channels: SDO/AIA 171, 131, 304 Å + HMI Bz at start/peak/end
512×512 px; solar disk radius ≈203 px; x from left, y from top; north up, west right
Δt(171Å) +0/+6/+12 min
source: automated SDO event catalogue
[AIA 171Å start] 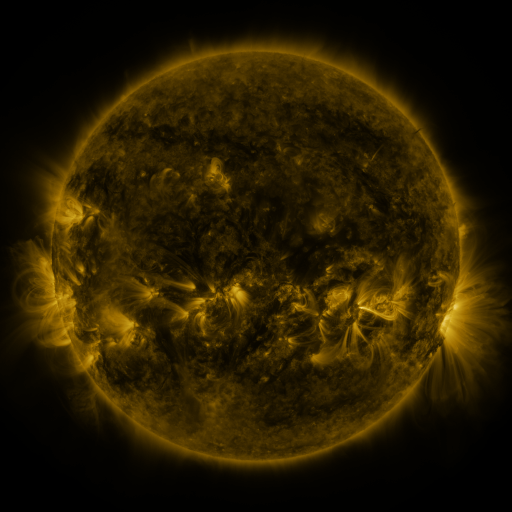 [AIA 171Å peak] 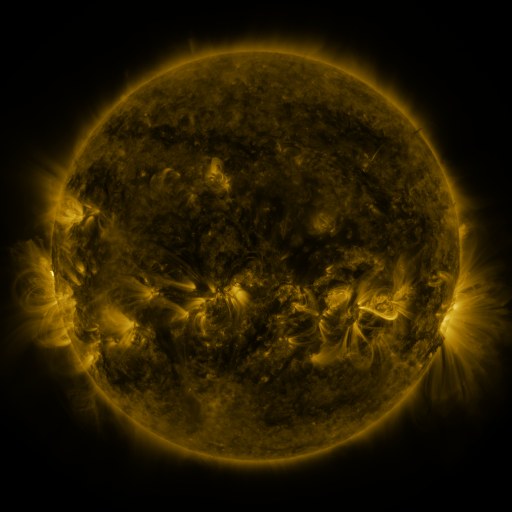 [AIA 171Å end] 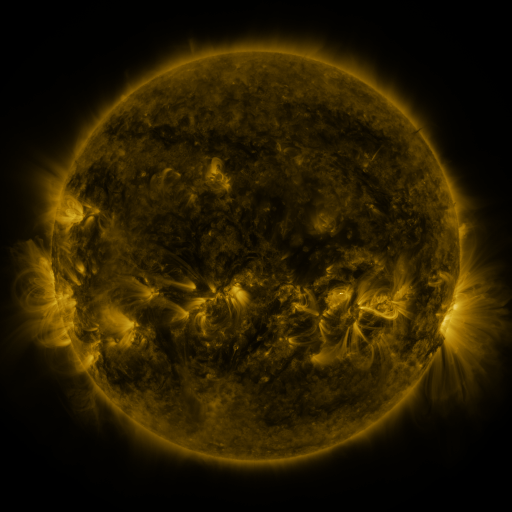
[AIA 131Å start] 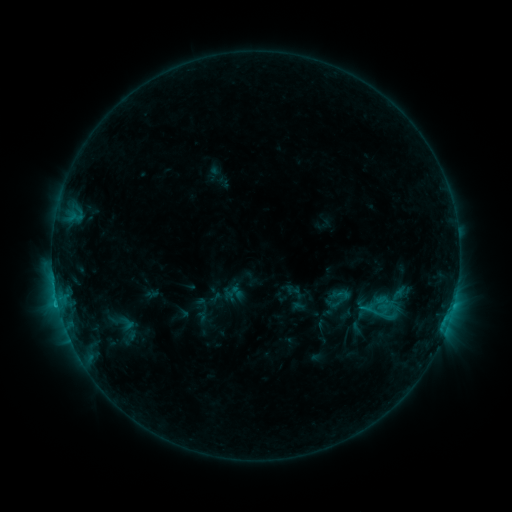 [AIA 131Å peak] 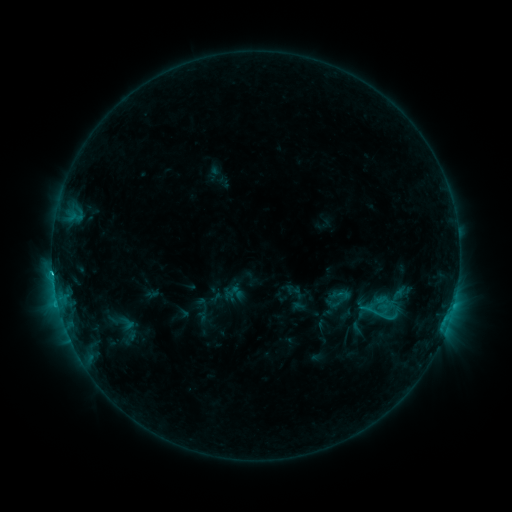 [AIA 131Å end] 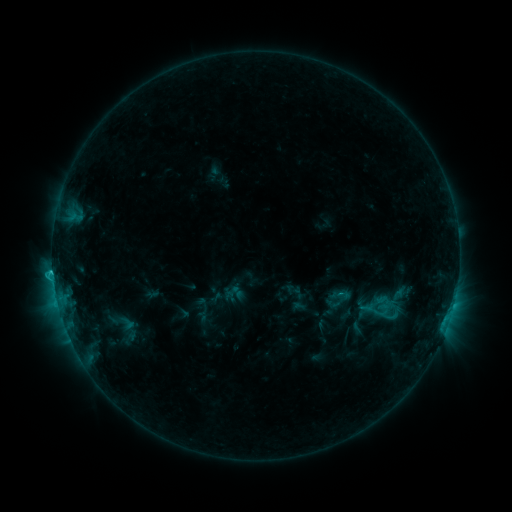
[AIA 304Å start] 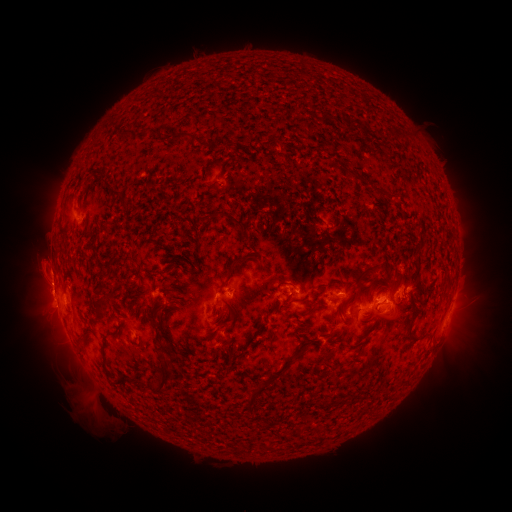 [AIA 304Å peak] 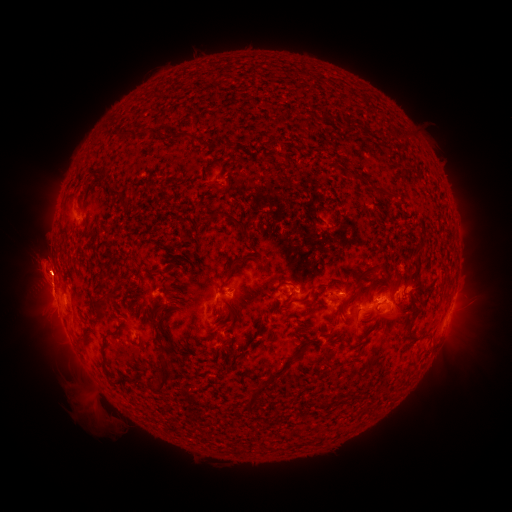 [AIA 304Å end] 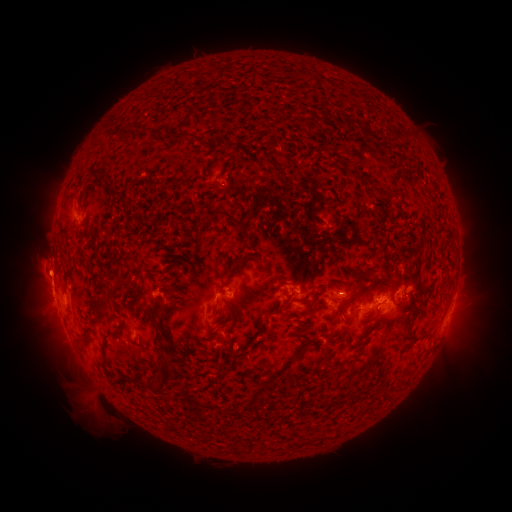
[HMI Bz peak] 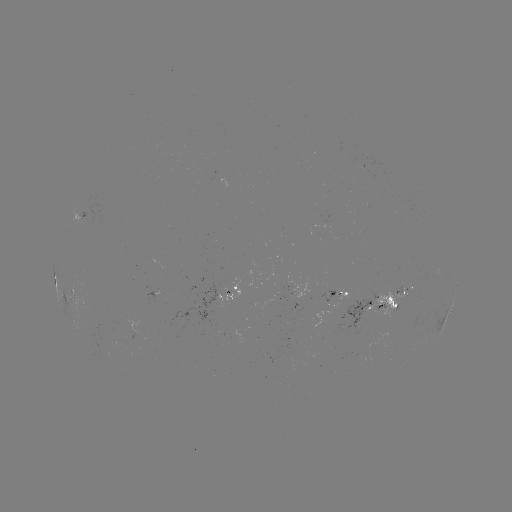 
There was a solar flare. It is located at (53, 269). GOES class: C2.1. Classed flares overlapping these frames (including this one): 1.